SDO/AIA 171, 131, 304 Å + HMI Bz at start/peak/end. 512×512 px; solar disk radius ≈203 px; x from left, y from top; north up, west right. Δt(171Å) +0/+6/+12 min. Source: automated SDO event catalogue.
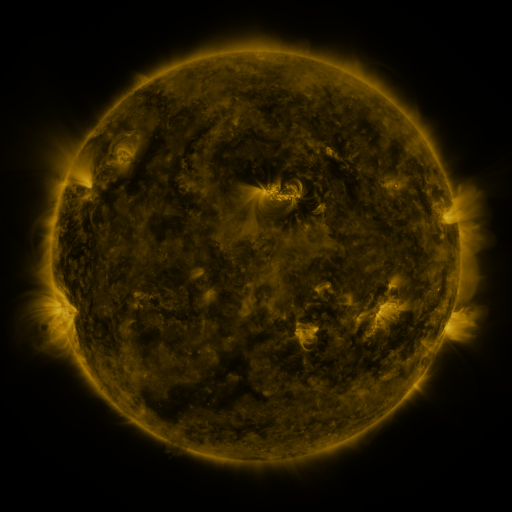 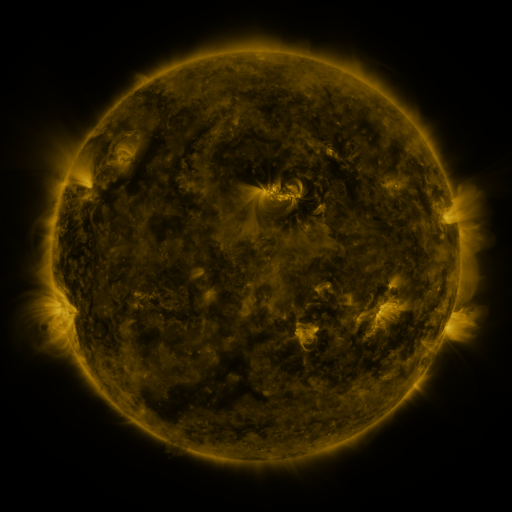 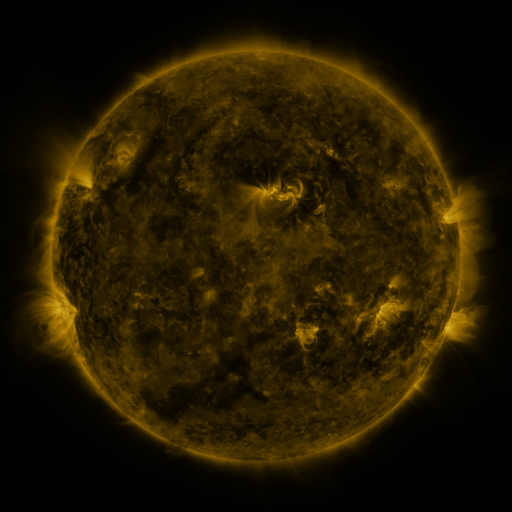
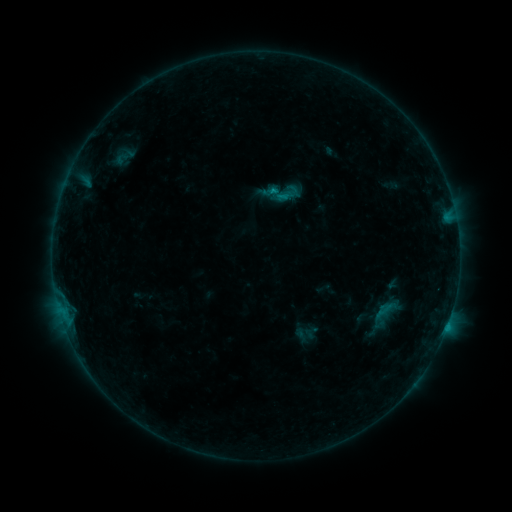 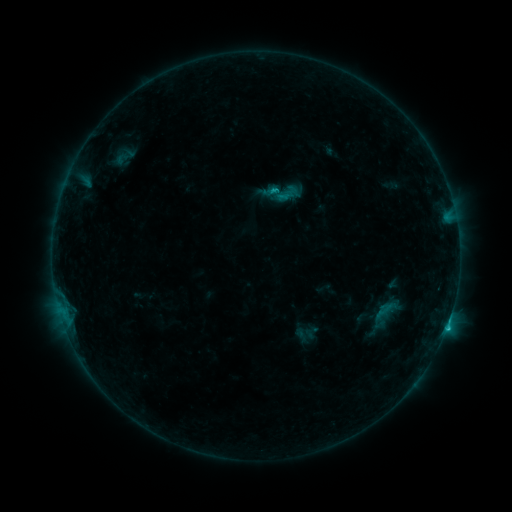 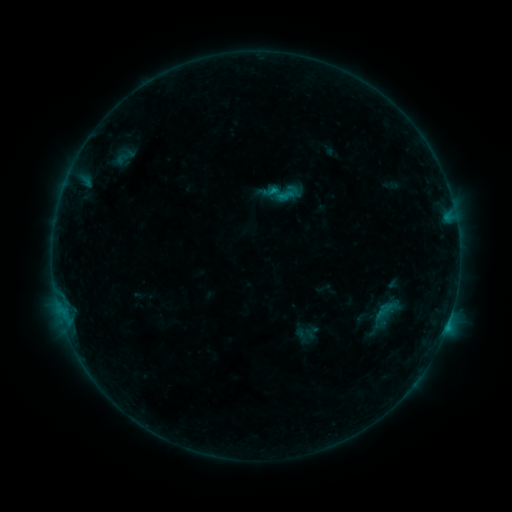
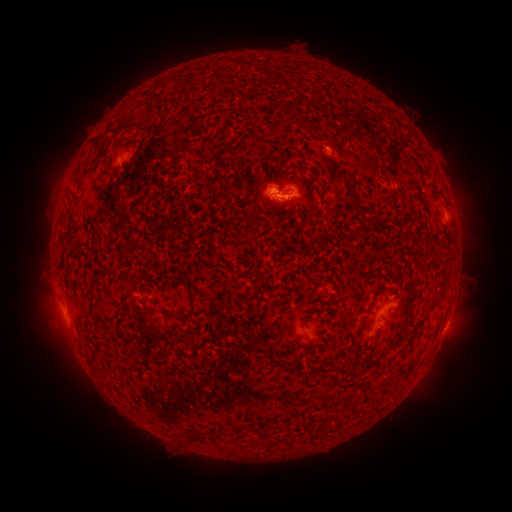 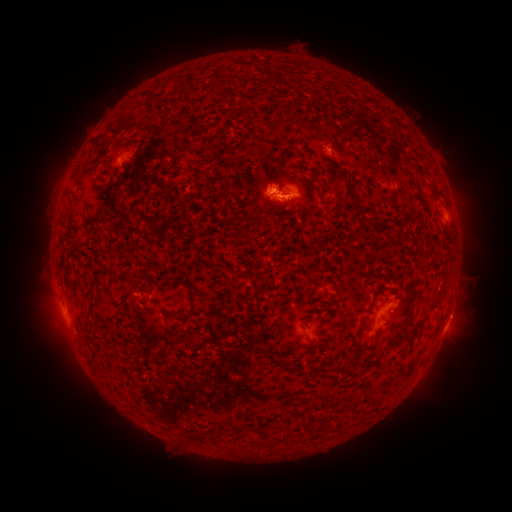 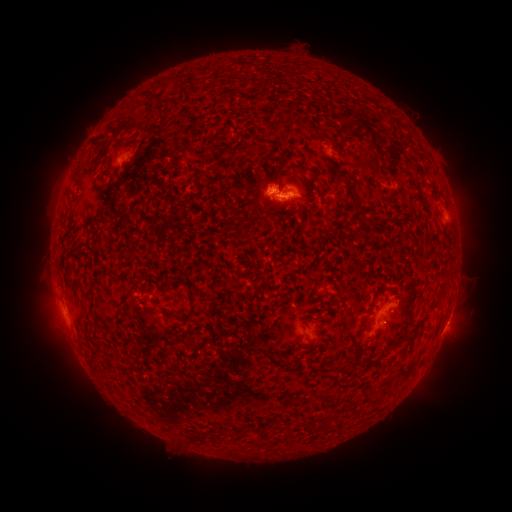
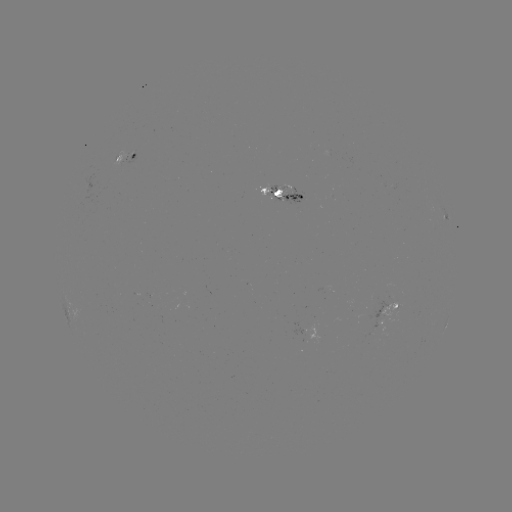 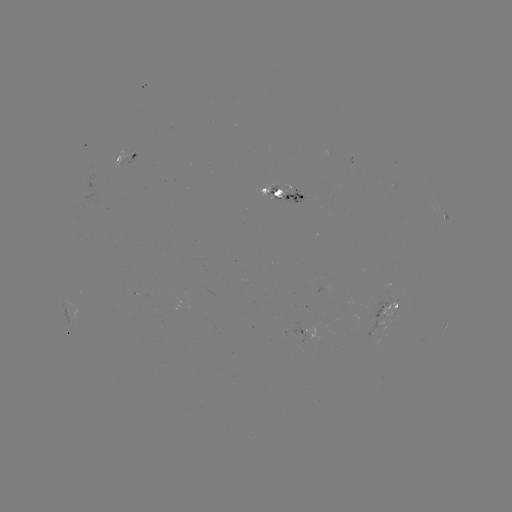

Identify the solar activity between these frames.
C1.3 flare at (446, 324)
